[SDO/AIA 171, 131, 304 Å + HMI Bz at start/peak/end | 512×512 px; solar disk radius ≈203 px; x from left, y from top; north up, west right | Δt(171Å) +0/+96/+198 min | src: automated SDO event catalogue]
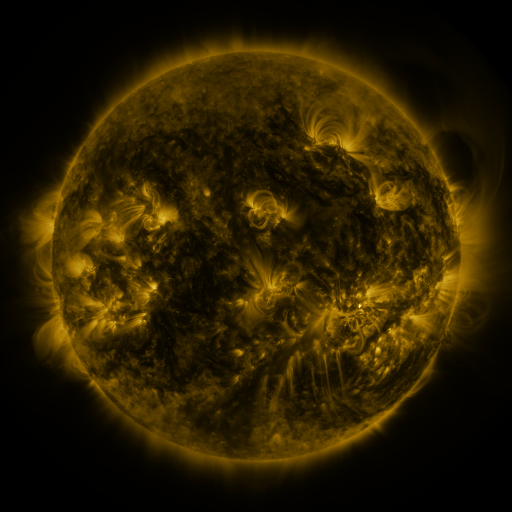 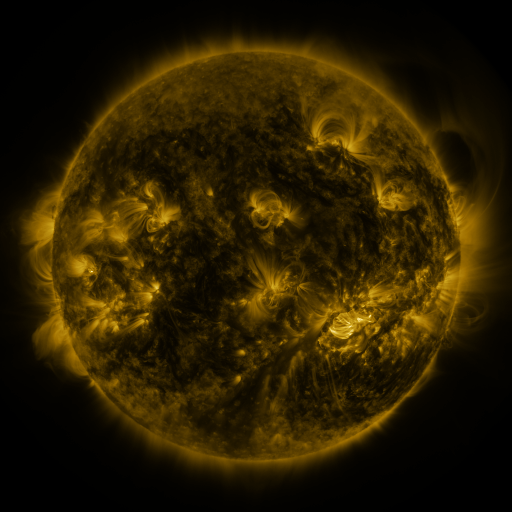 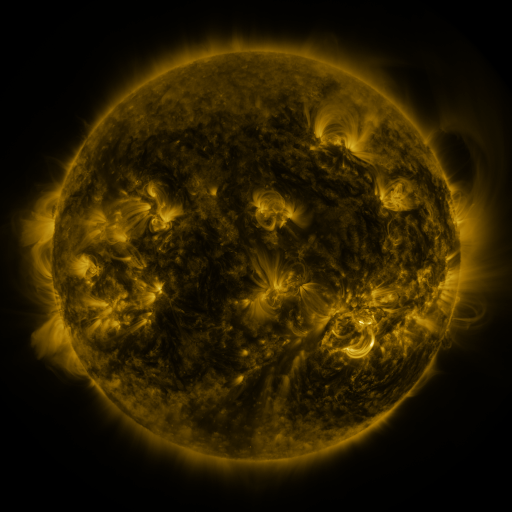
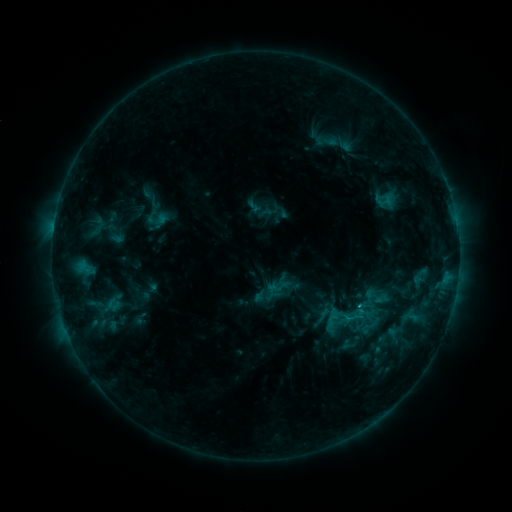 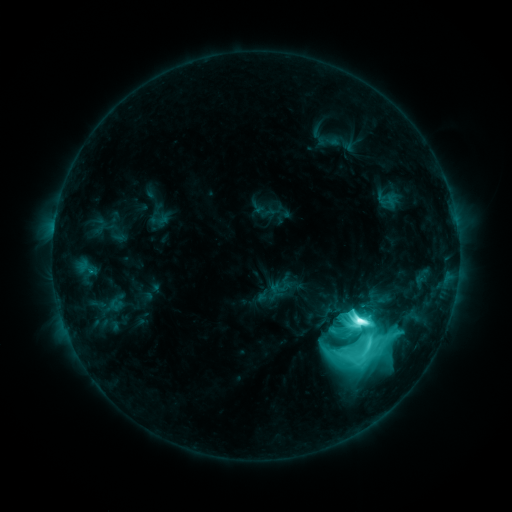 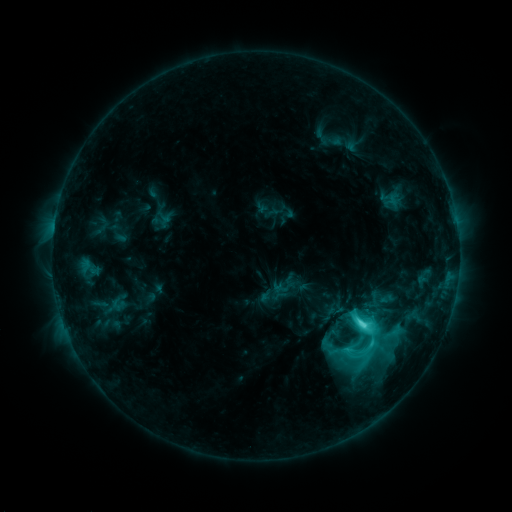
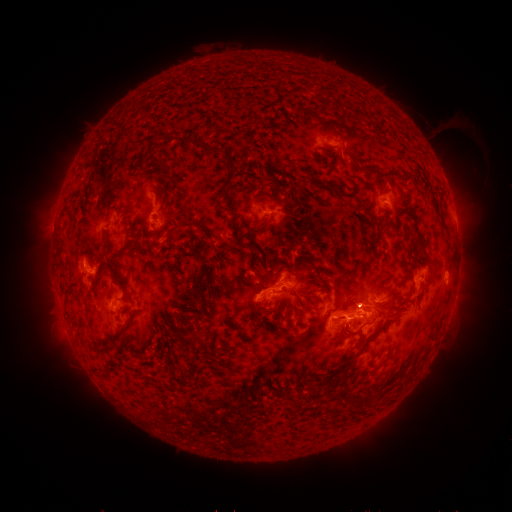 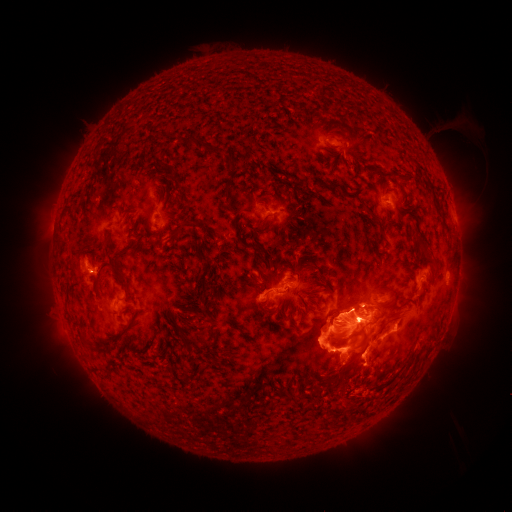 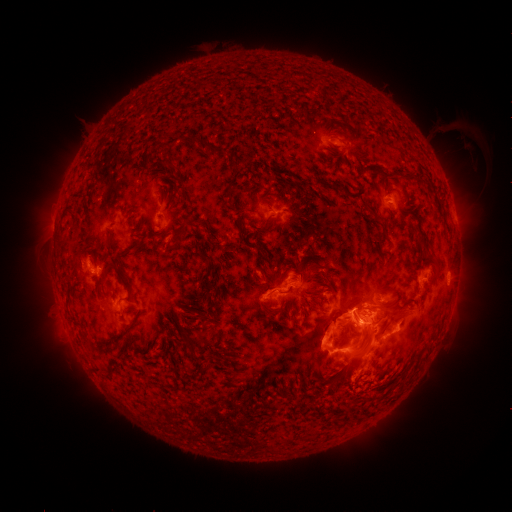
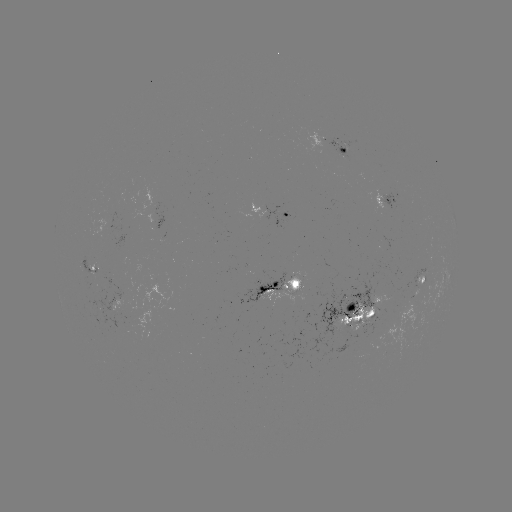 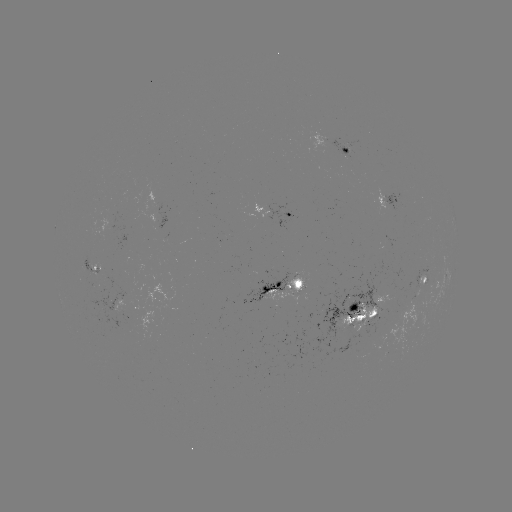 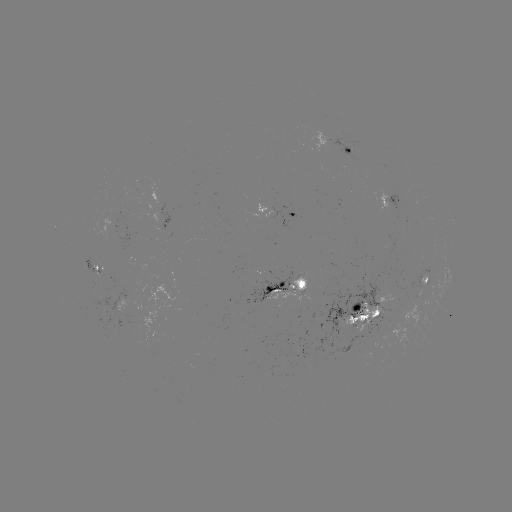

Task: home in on filament eruption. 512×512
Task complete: (361, 351).